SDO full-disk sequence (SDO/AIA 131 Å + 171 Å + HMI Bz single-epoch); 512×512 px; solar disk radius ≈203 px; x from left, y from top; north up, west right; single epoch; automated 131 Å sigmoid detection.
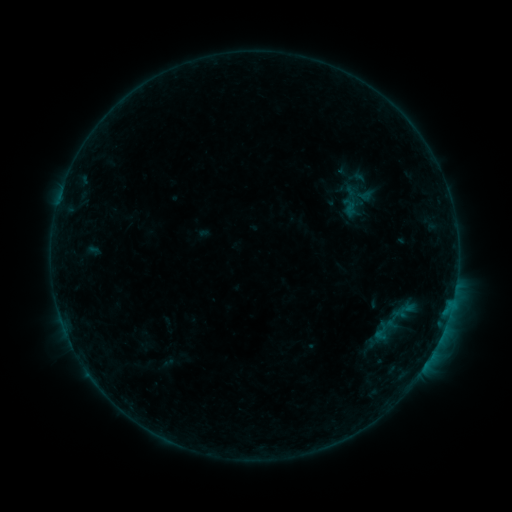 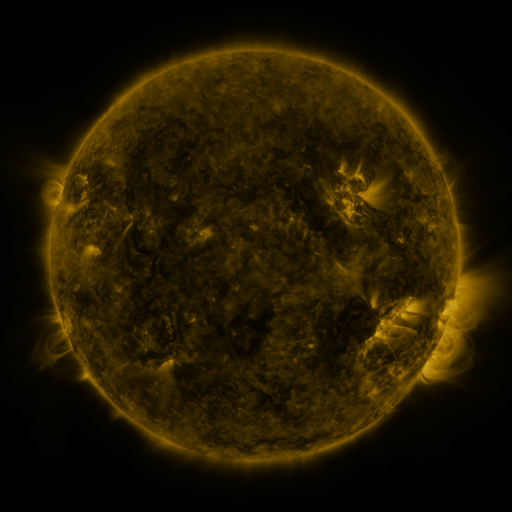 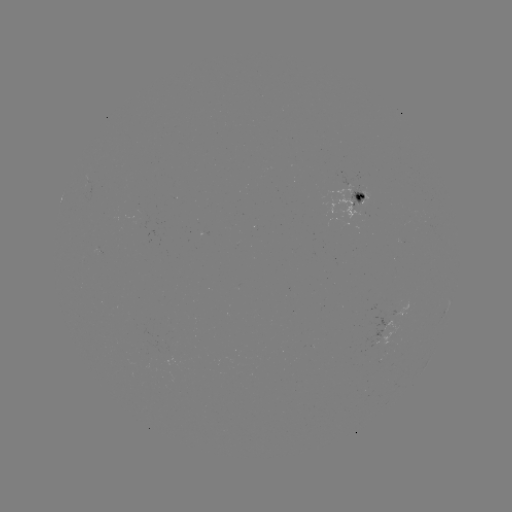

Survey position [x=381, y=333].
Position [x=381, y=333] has sigmoid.